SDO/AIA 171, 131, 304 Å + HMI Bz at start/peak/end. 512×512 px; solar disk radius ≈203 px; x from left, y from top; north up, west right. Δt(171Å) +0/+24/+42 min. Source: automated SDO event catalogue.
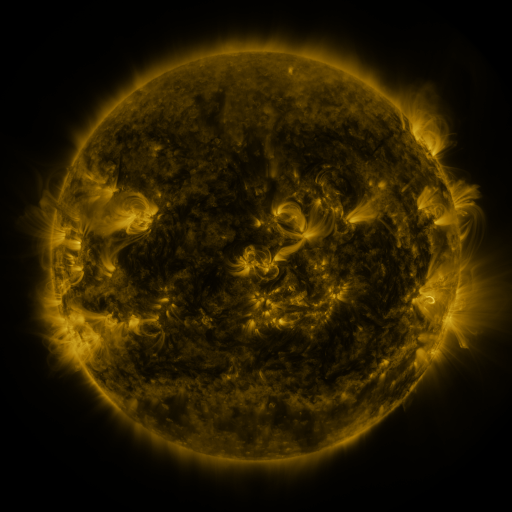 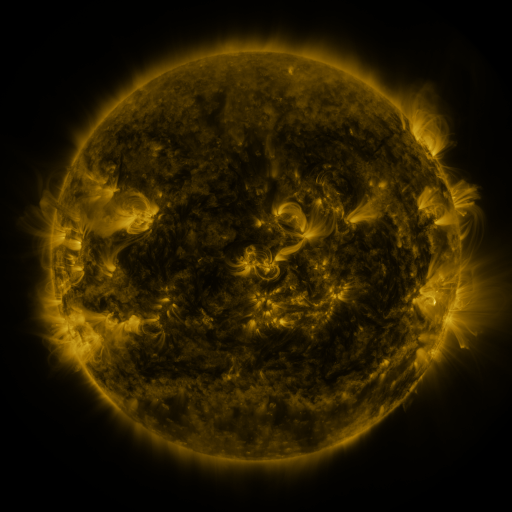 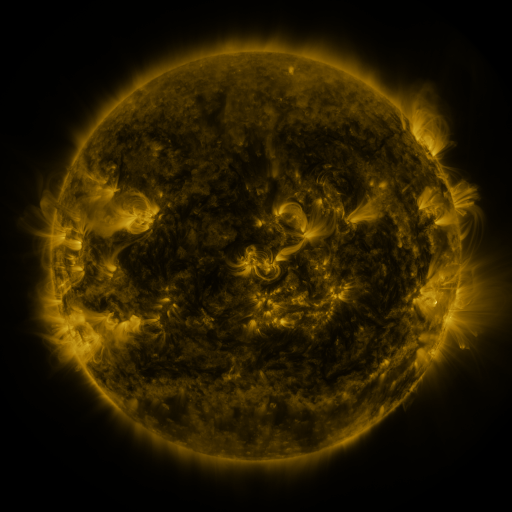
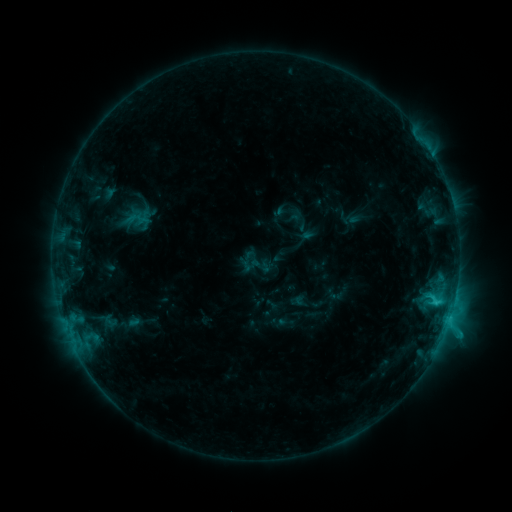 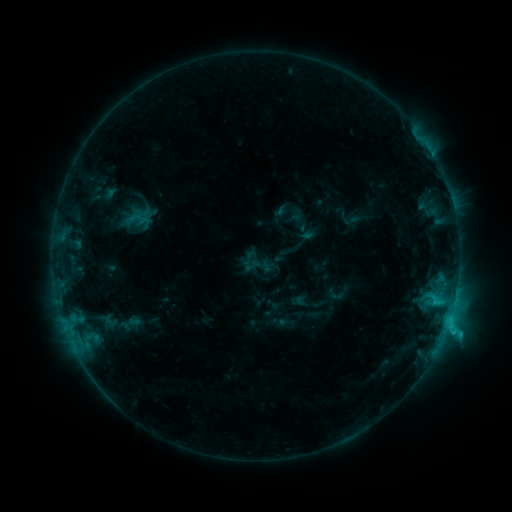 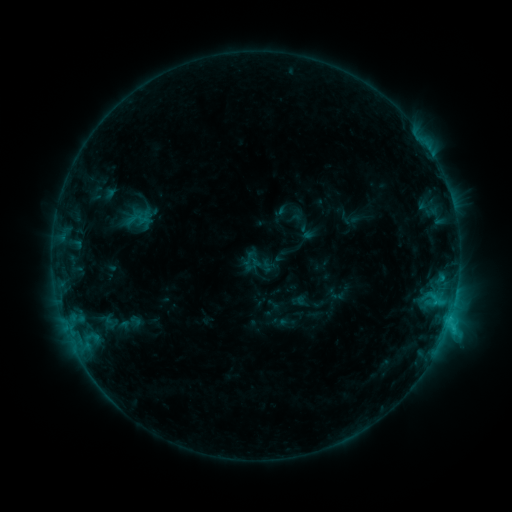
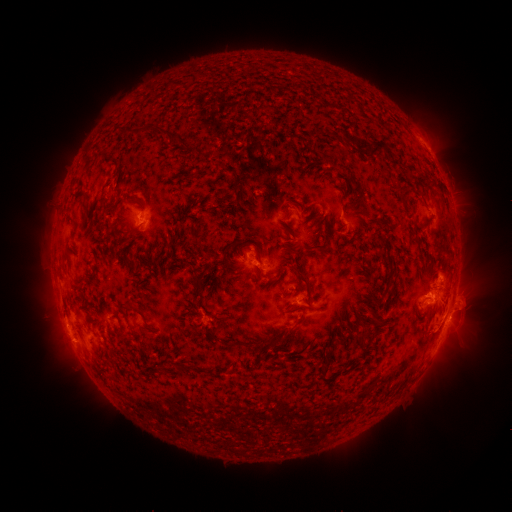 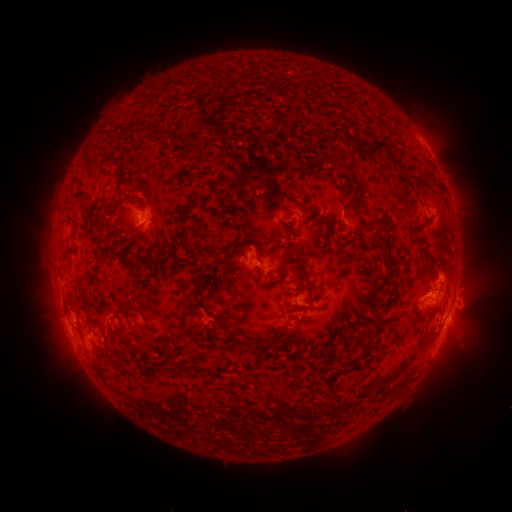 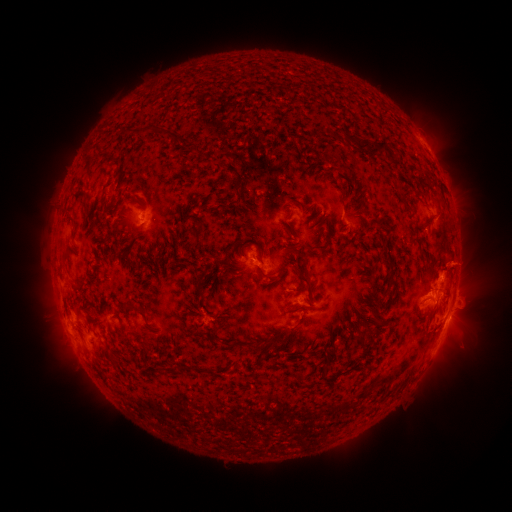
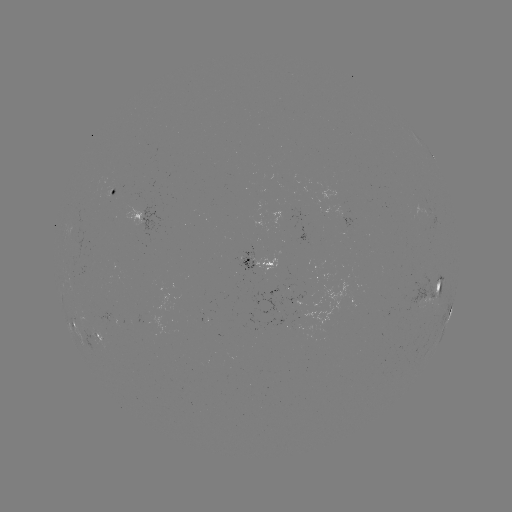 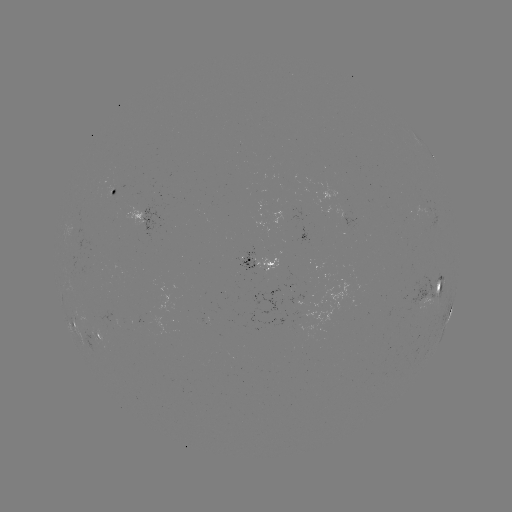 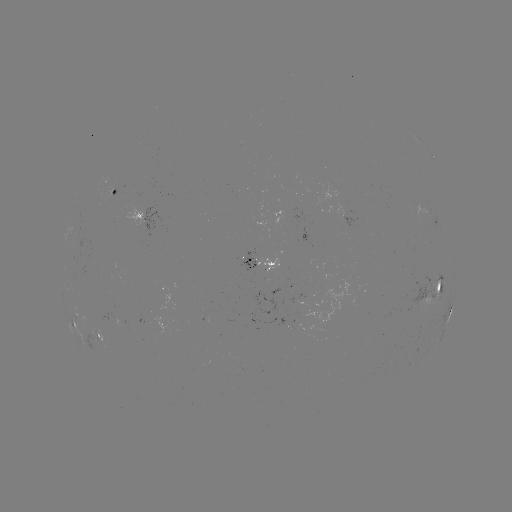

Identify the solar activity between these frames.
C3.0 flare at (445, 328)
